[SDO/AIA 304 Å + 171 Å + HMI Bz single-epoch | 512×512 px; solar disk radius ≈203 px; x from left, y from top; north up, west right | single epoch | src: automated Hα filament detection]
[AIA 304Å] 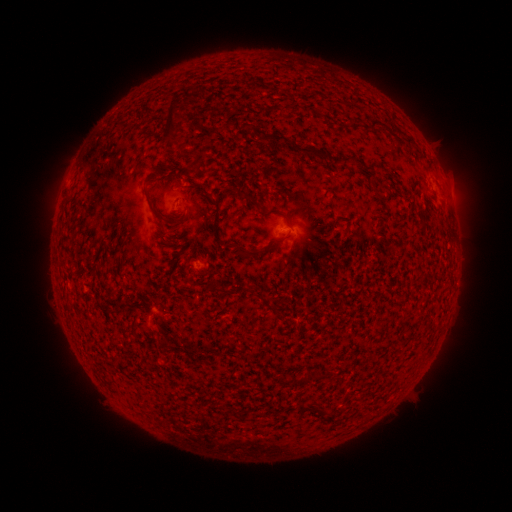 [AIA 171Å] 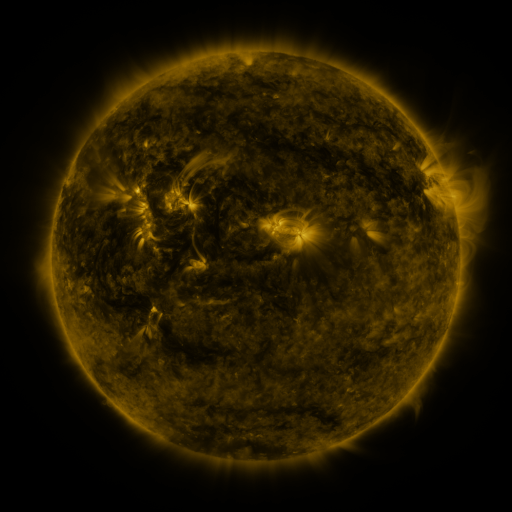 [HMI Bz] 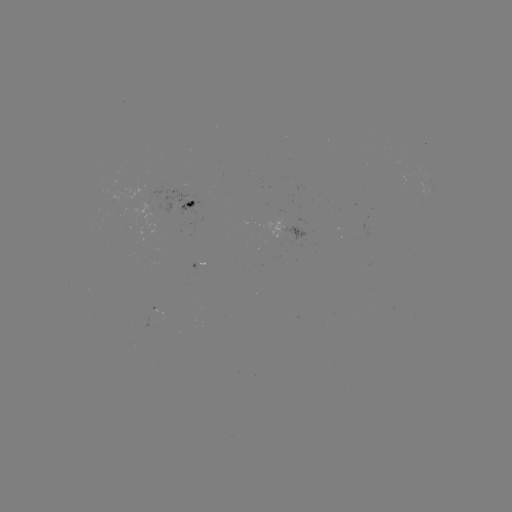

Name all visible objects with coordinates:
filament: (355, 122)
filament: (377, 122)
filament: (170, 125)
filament: (198, 127)
filament: (308, 150)
filament: (251, 200)
filament: (190, 204)
filament: (214, 204)
filament: (156, 215)
filament: (287, 220)
filament: (283, 239)
filament: (244, 252)
filament: (227, 291)
filament: (267, 304)
filament: (160, 329)
filament: (317, 374)
